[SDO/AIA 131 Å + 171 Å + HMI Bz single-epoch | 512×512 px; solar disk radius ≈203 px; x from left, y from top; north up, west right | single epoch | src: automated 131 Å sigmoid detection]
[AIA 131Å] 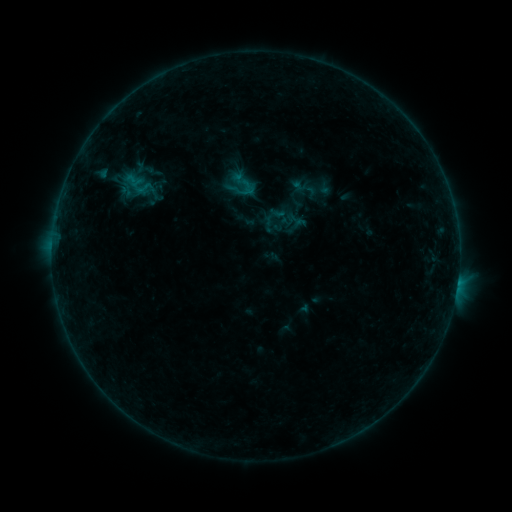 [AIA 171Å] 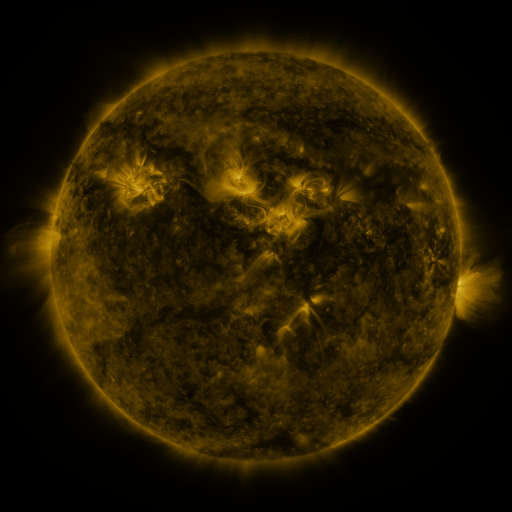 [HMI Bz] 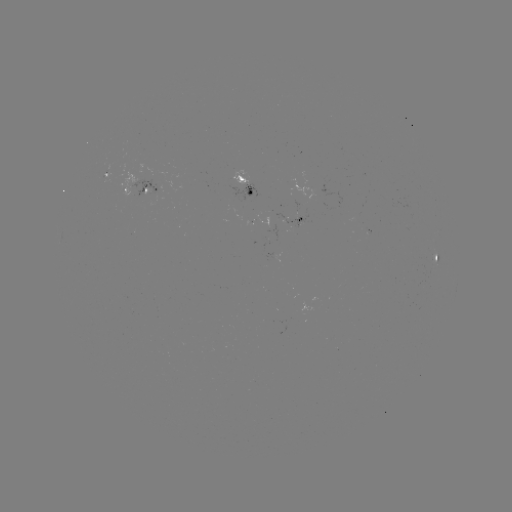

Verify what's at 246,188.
sigmoid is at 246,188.